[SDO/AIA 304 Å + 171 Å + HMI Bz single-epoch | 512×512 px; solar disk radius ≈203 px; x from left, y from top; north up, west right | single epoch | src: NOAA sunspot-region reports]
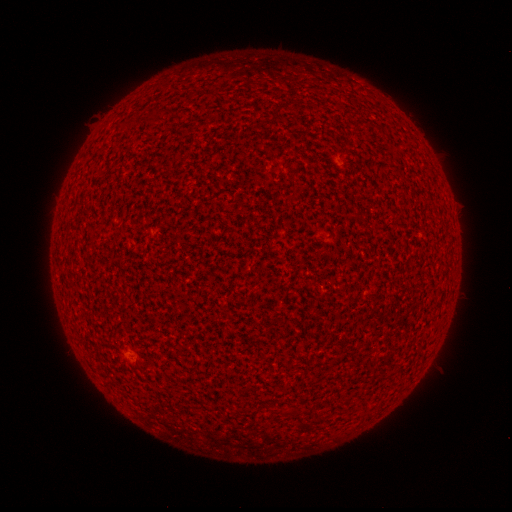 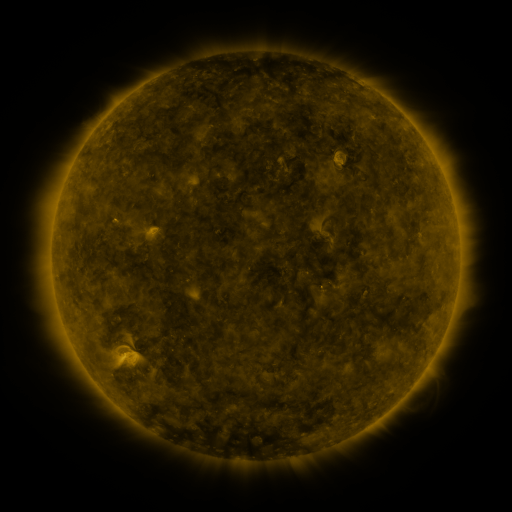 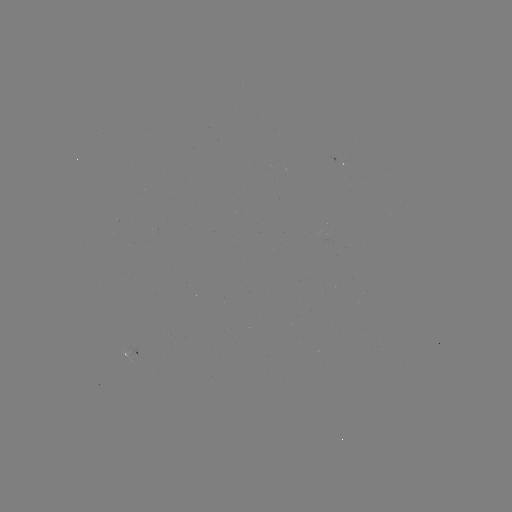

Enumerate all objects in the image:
(none)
